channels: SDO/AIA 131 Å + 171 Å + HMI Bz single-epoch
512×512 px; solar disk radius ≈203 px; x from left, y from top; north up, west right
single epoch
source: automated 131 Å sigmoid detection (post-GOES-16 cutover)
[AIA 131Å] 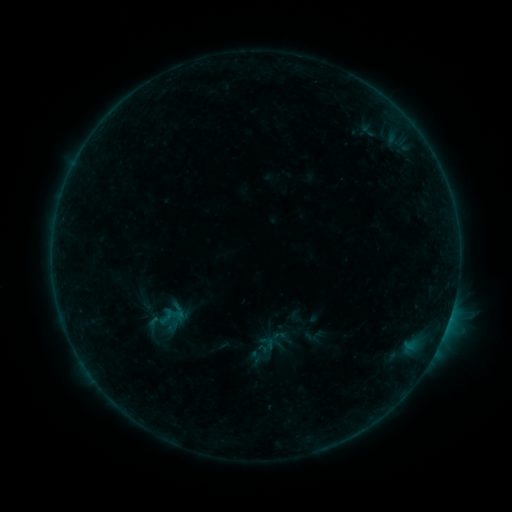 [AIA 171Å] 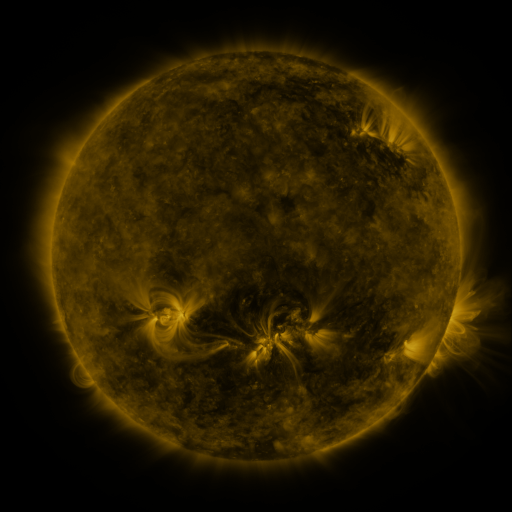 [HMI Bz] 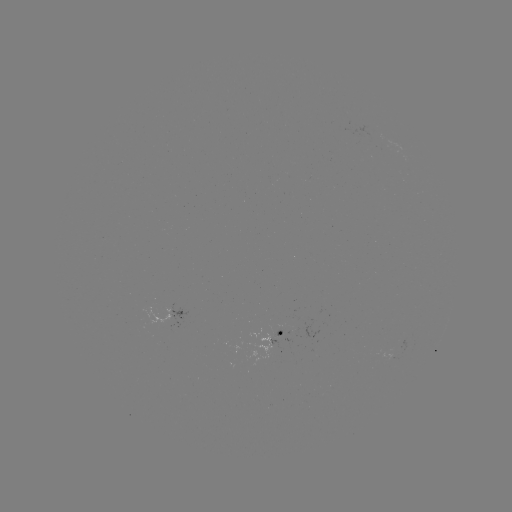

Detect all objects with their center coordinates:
sigmoid: (147, 304)
